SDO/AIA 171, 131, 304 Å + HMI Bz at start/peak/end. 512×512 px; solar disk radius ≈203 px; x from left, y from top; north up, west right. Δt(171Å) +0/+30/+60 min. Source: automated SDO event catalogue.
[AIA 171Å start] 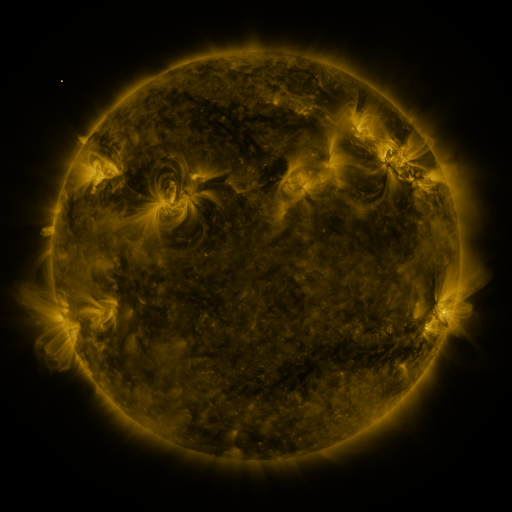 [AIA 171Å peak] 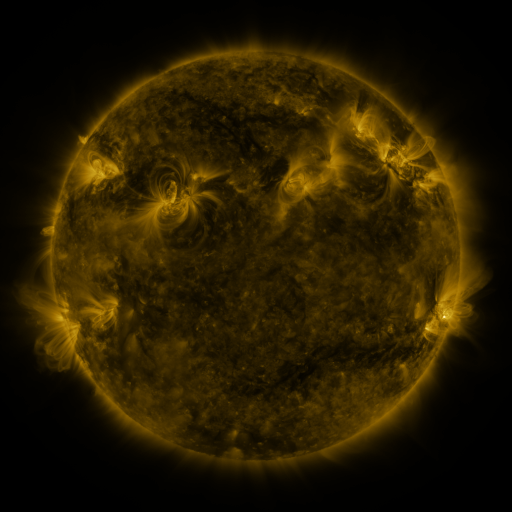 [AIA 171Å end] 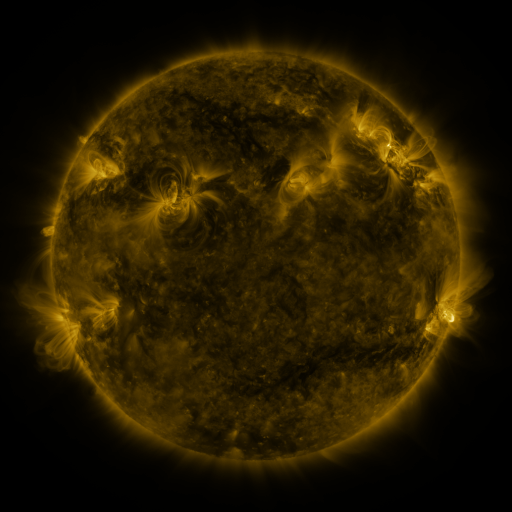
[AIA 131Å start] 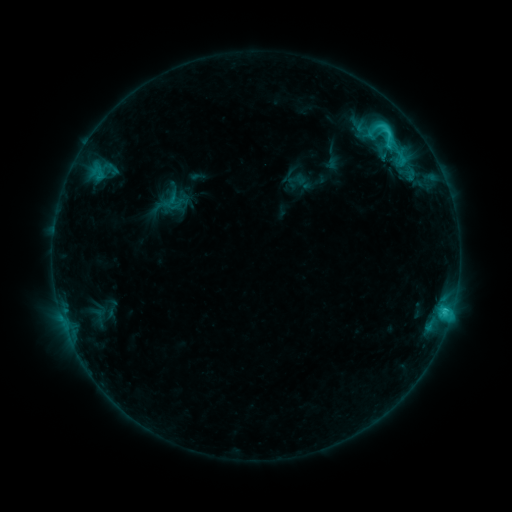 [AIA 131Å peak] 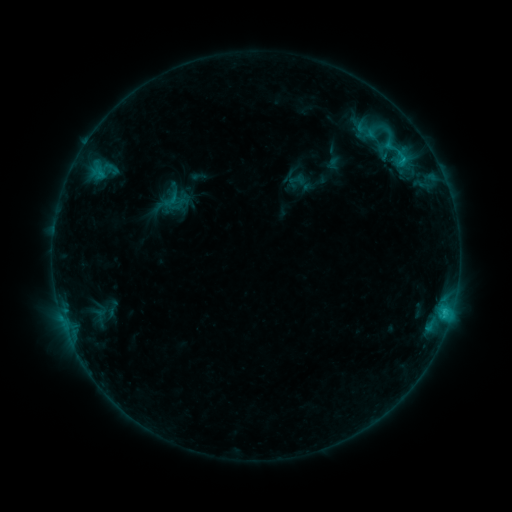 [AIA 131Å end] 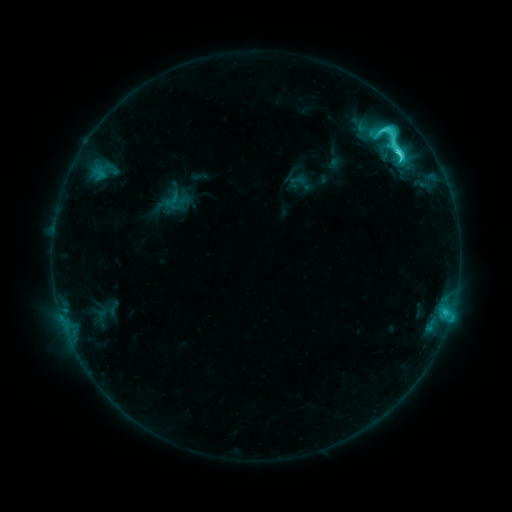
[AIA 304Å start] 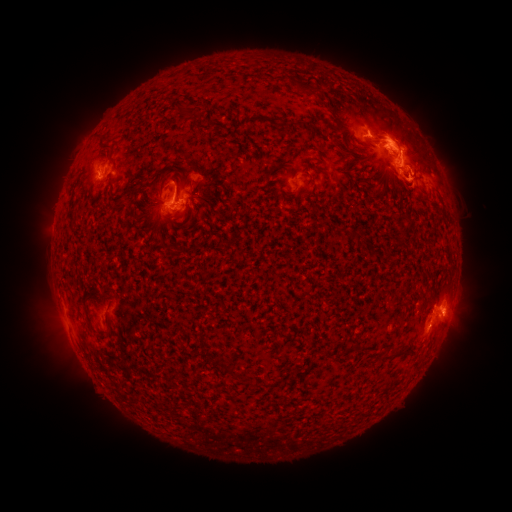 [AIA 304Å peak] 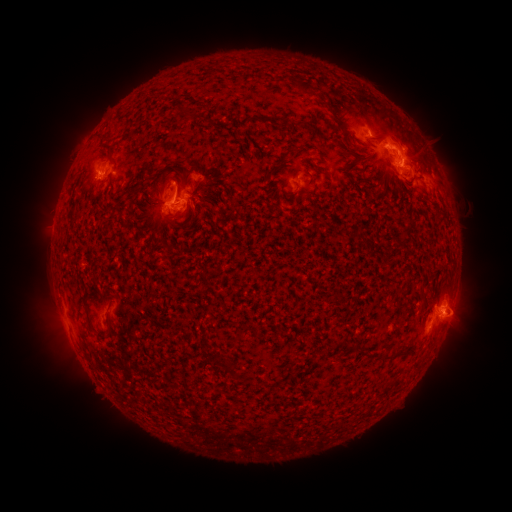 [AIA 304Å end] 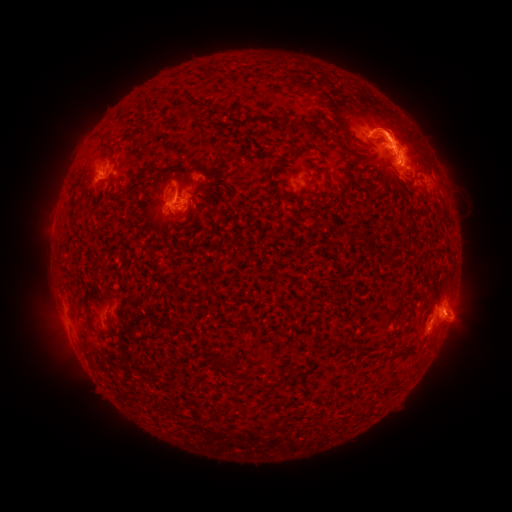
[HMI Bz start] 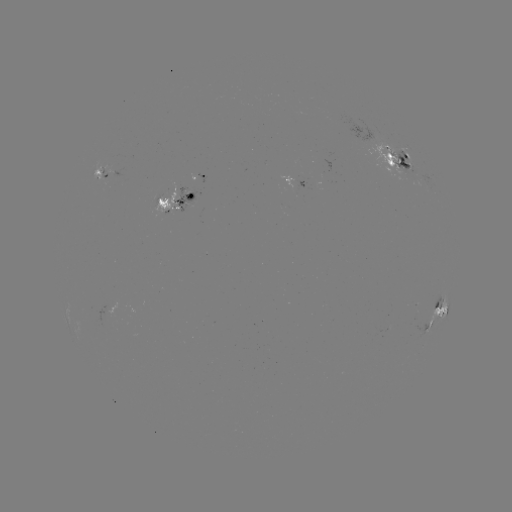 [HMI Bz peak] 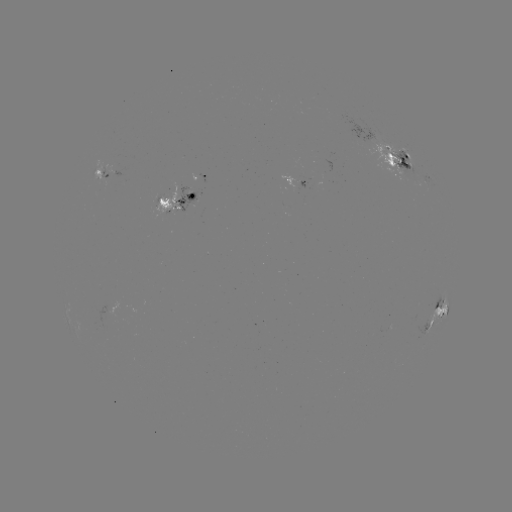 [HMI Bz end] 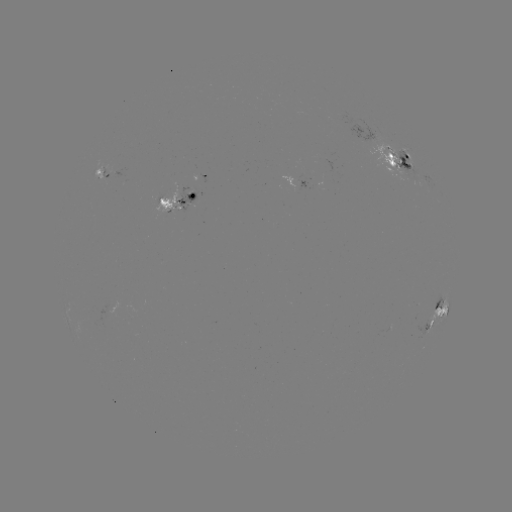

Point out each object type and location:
emerging-flux region: (181, 199)
